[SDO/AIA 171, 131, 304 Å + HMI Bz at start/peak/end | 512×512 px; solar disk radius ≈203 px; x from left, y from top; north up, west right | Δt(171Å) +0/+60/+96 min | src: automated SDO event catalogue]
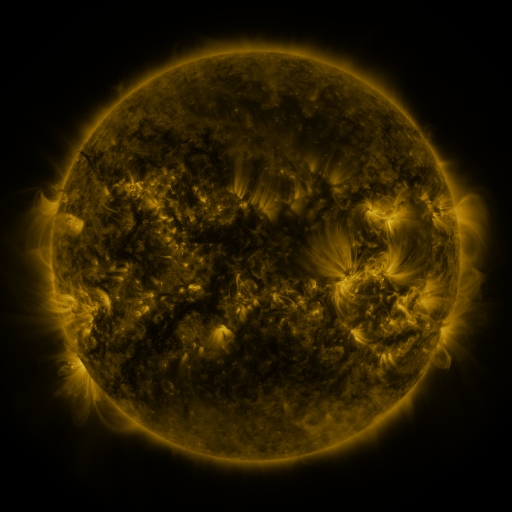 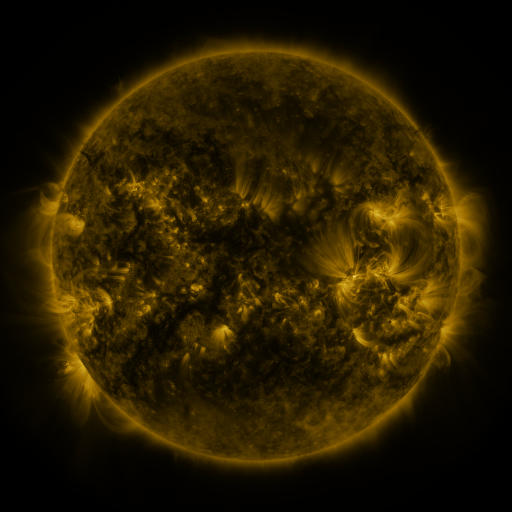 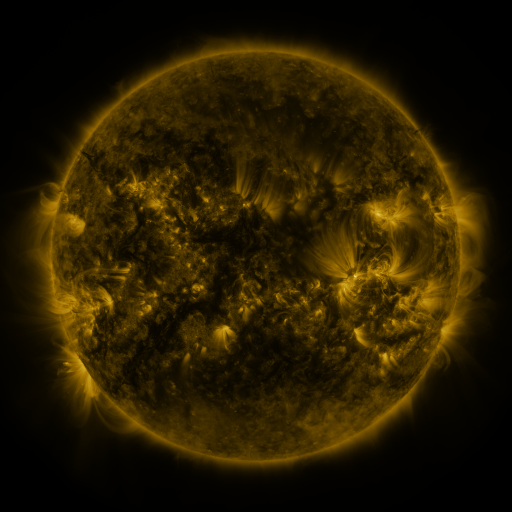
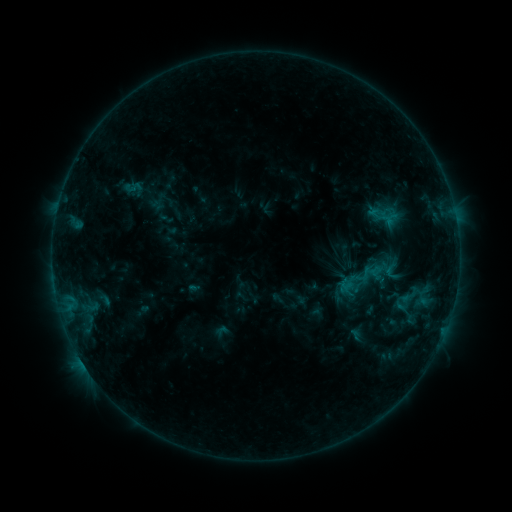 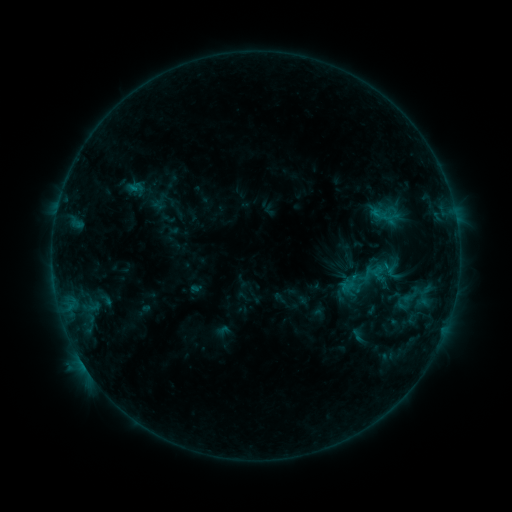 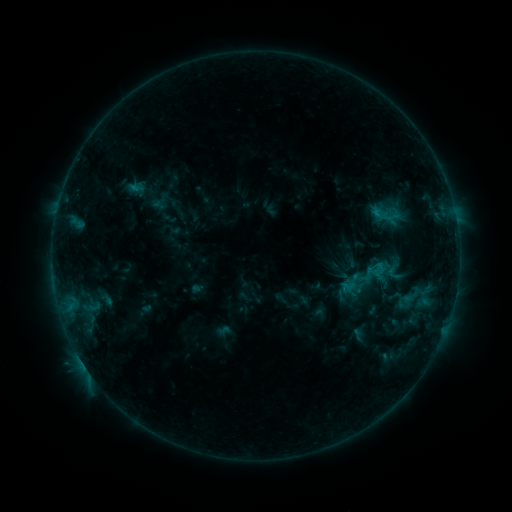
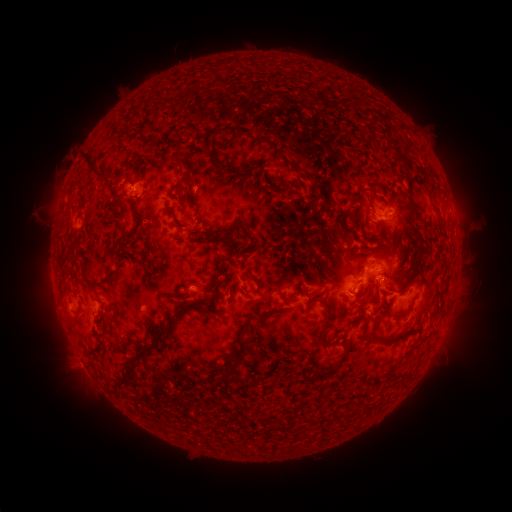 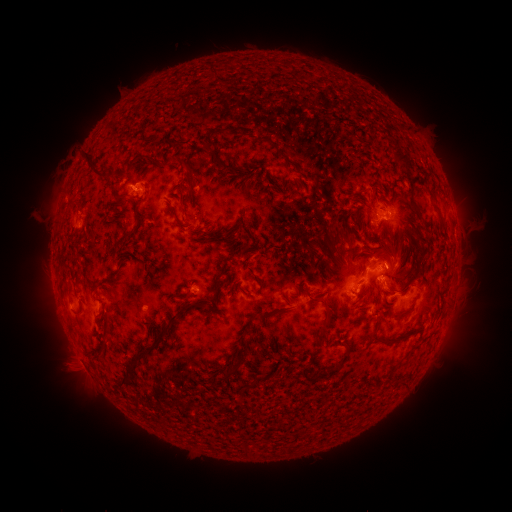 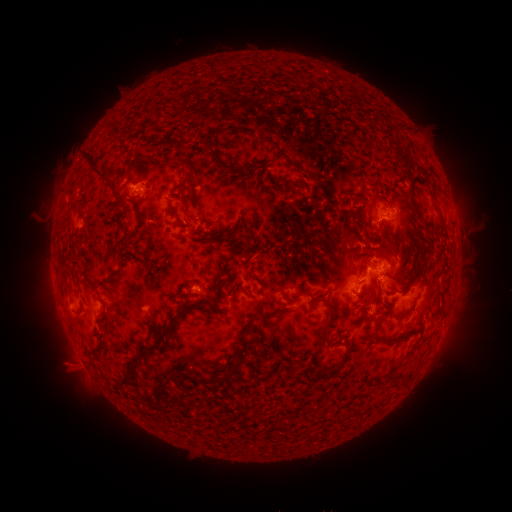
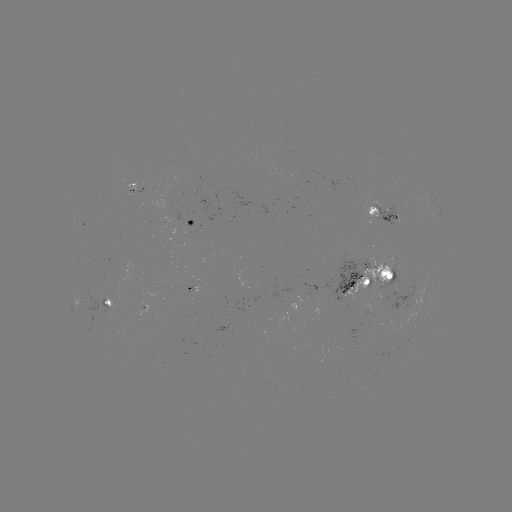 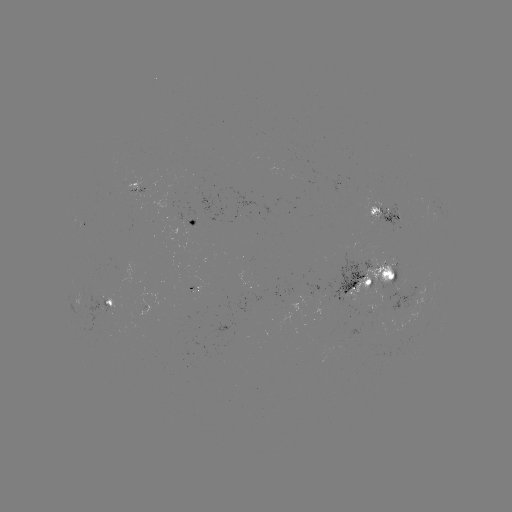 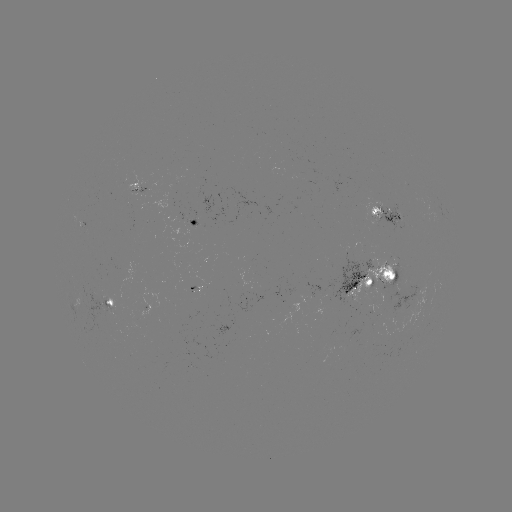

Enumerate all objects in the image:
emerging-flux region: (392, 294)
